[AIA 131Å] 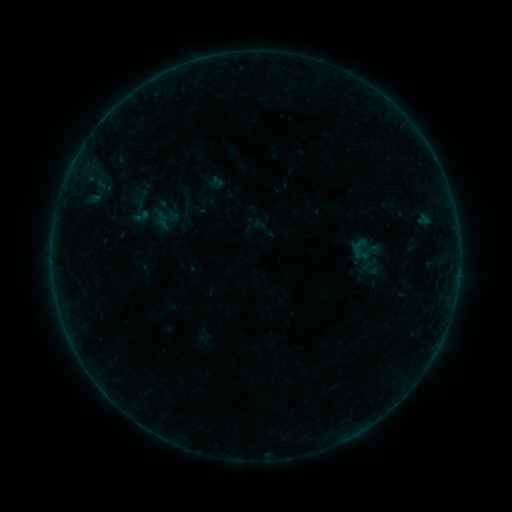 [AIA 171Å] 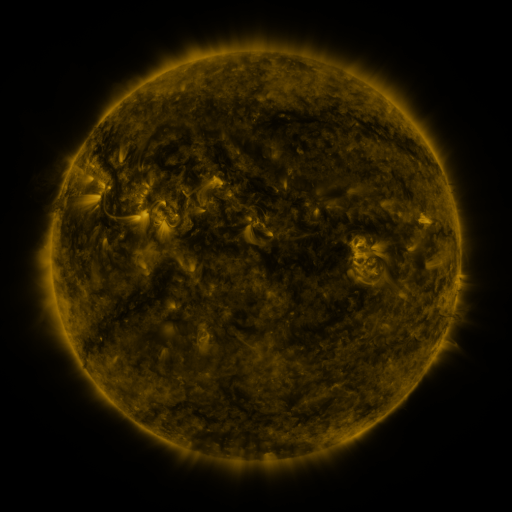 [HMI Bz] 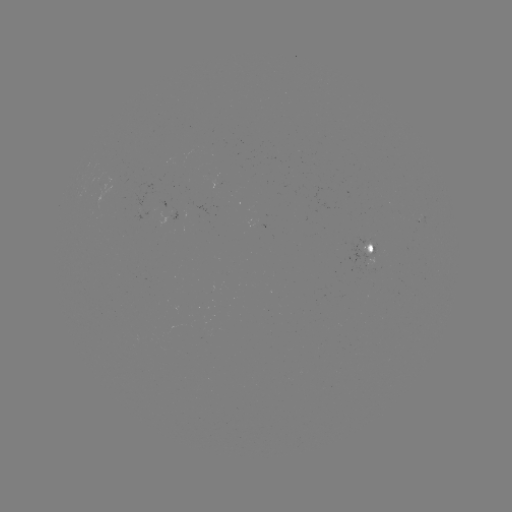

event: sigmoid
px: (138, 207)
